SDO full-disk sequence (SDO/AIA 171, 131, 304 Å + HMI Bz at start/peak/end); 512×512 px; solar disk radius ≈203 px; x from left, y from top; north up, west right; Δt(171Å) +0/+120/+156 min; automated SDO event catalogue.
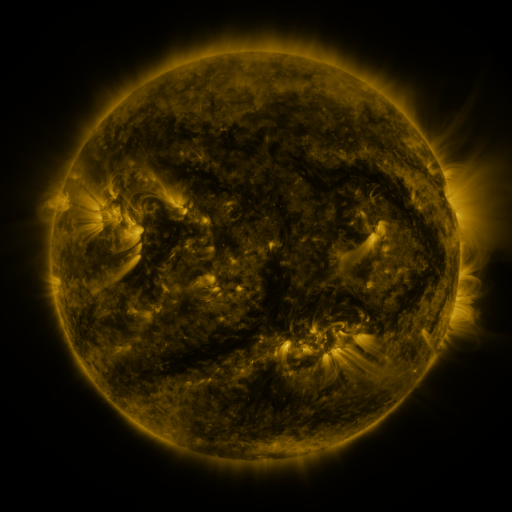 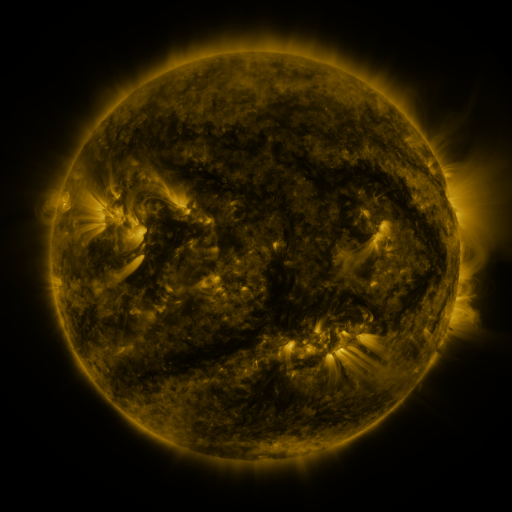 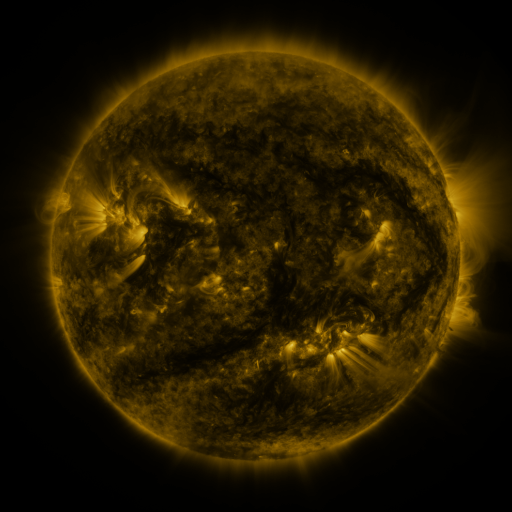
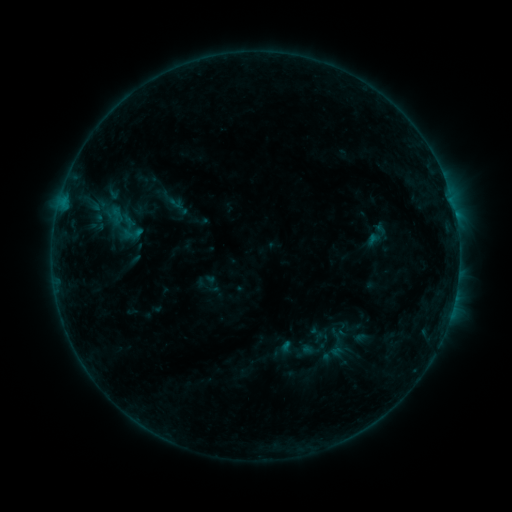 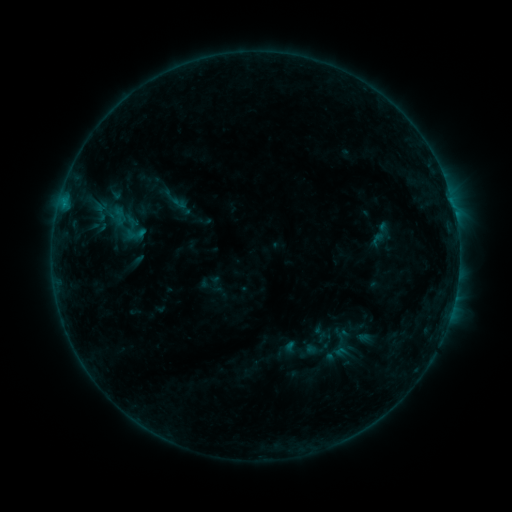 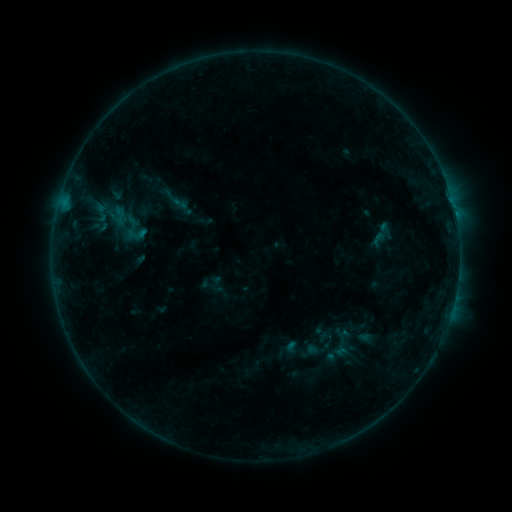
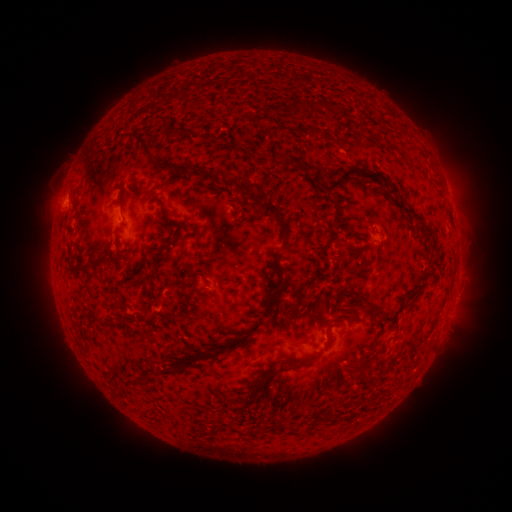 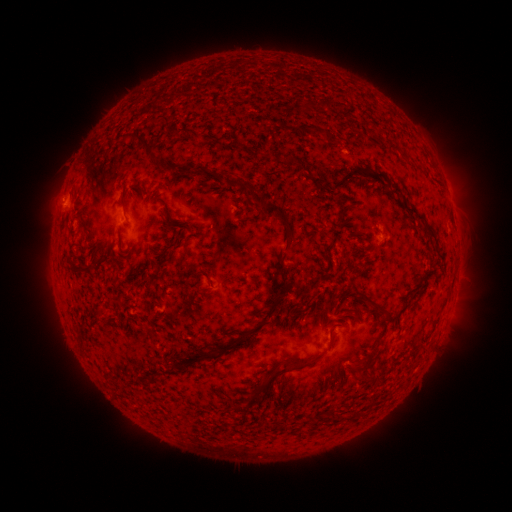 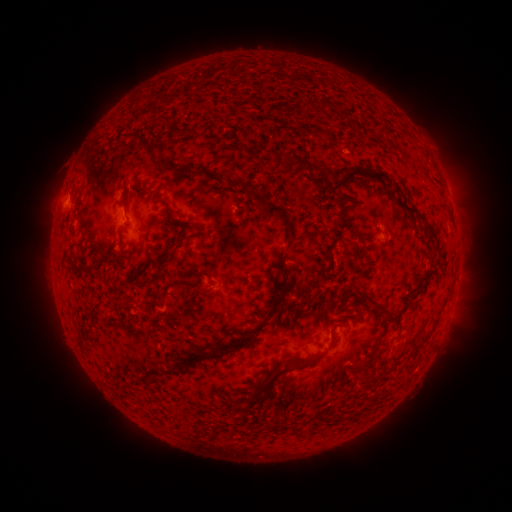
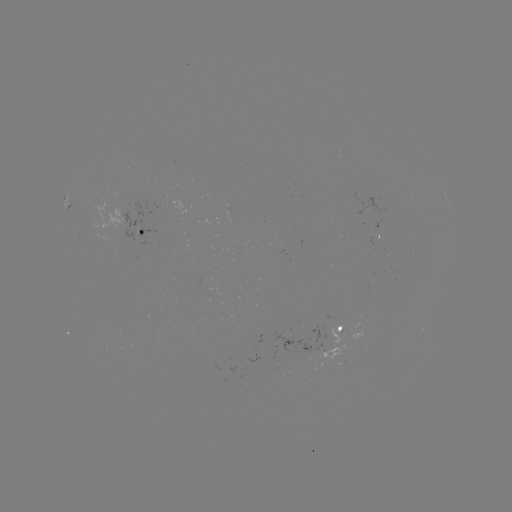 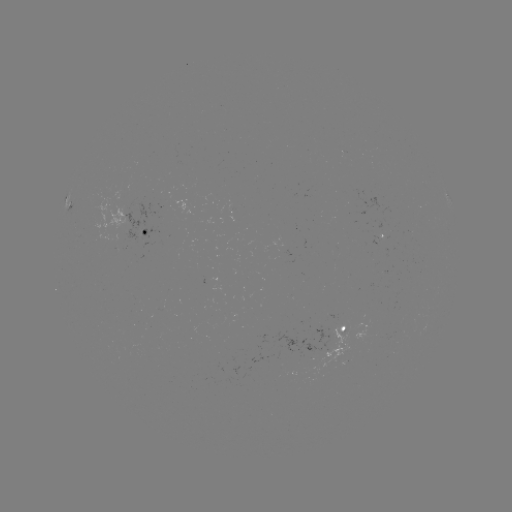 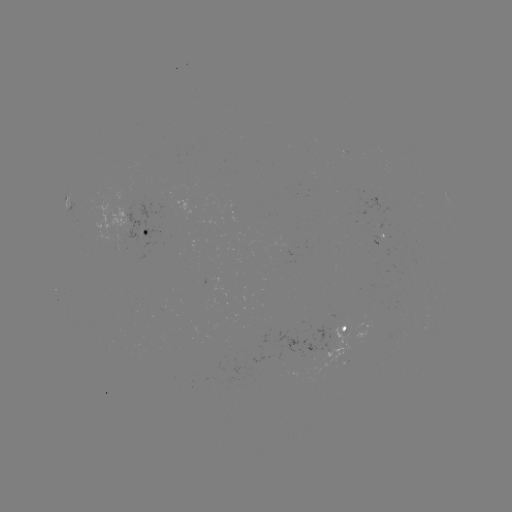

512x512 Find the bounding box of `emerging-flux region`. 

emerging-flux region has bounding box [371, 236, 379, 246].